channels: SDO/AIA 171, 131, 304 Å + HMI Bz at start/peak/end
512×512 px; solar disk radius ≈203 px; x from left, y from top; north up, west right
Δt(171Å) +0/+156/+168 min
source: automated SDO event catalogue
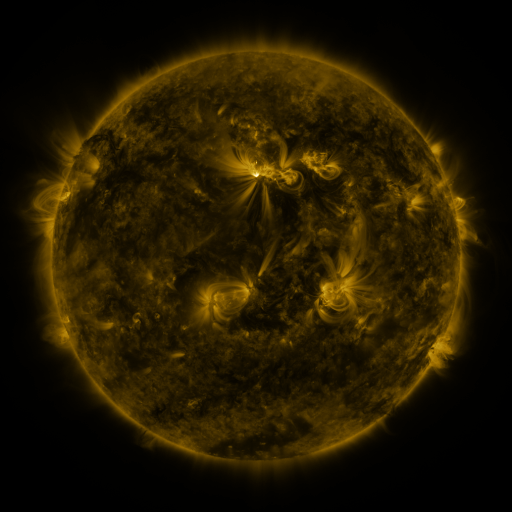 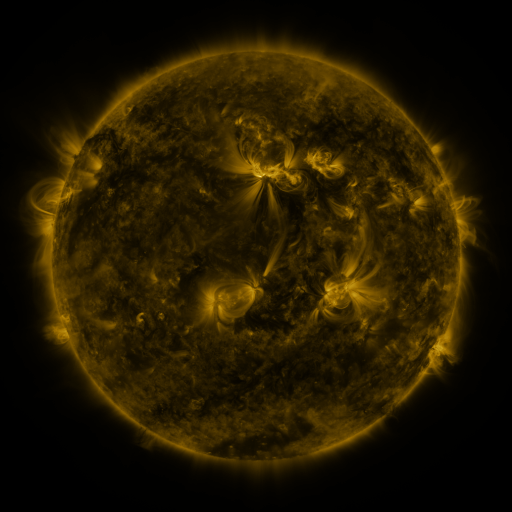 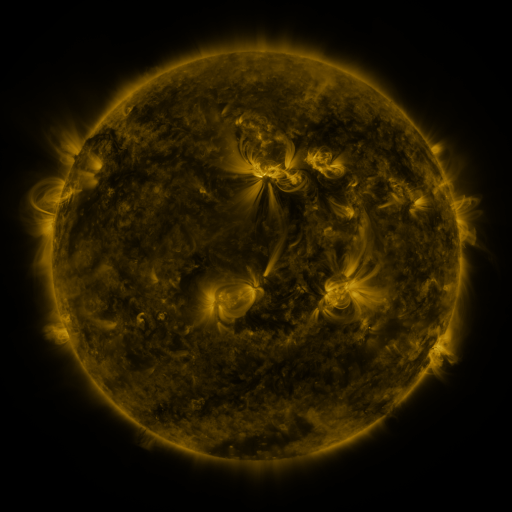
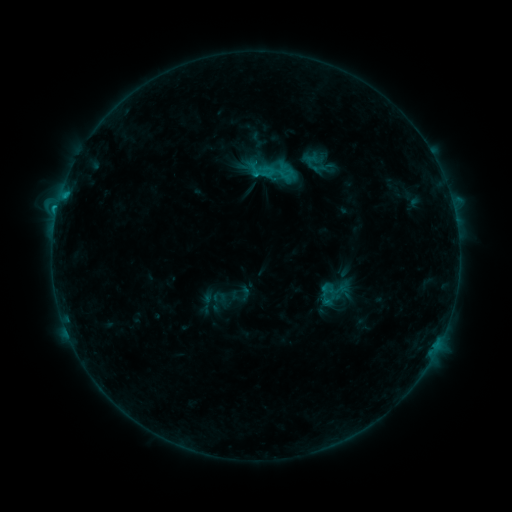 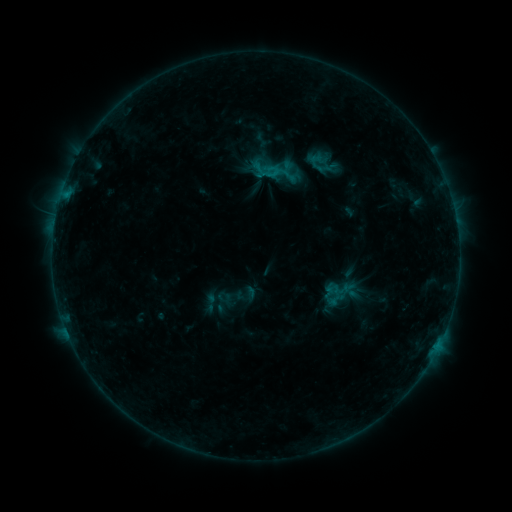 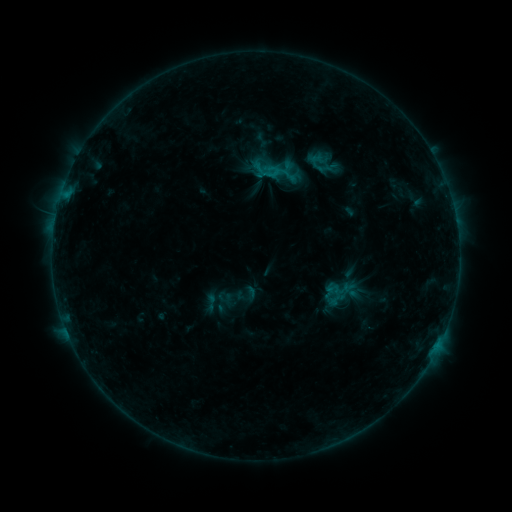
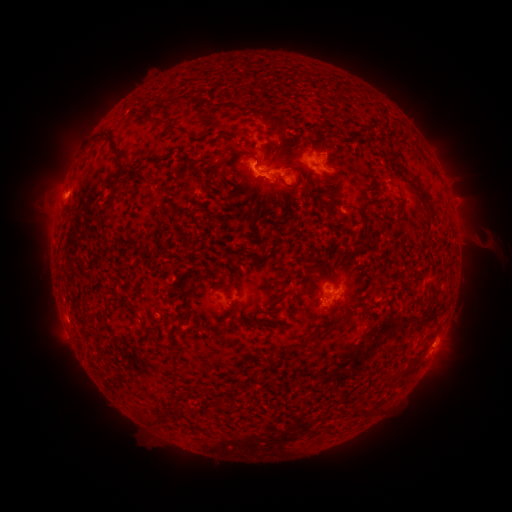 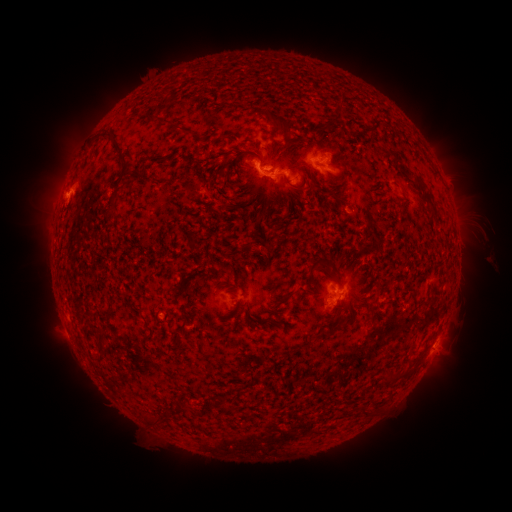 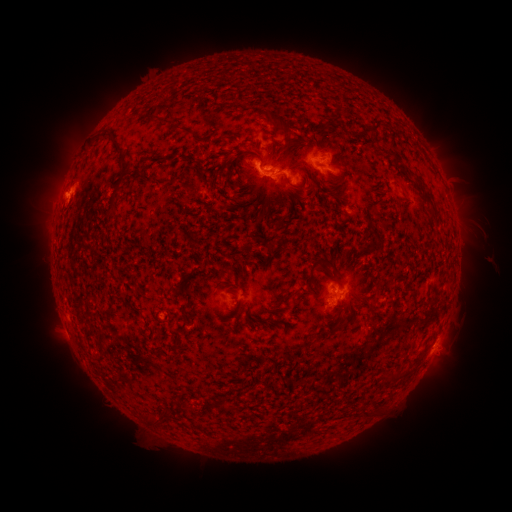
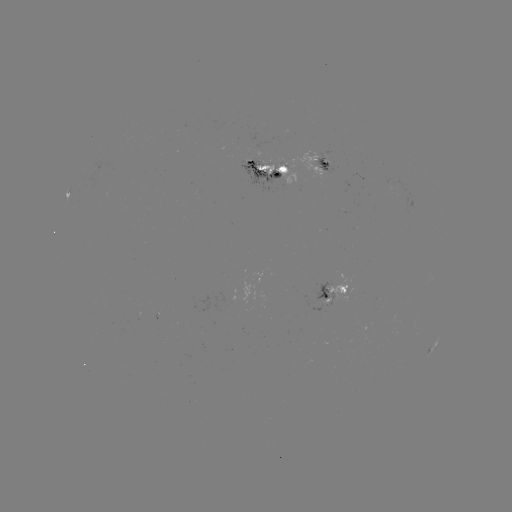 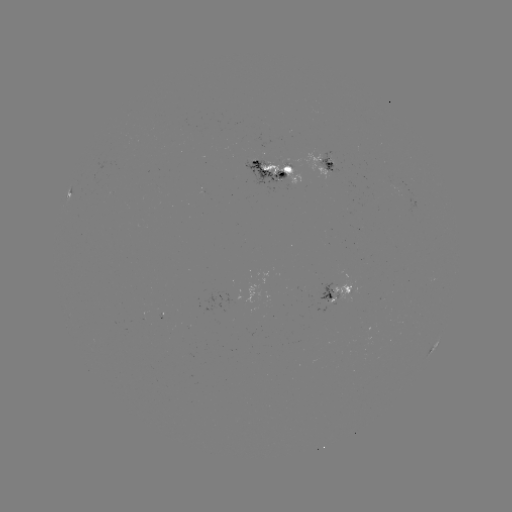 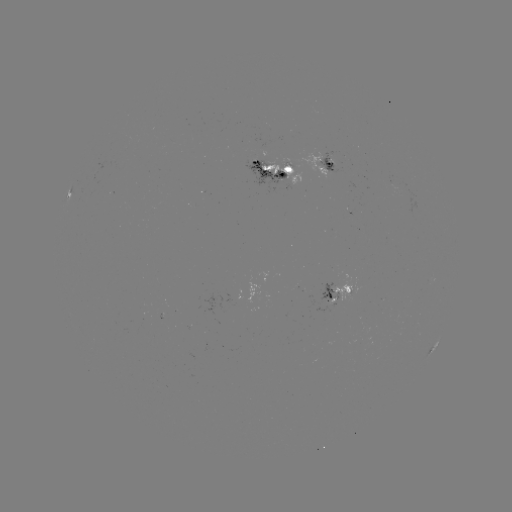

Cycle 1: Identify emerging-flux region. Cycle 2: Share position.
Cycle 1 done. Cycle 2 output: [332, 296].